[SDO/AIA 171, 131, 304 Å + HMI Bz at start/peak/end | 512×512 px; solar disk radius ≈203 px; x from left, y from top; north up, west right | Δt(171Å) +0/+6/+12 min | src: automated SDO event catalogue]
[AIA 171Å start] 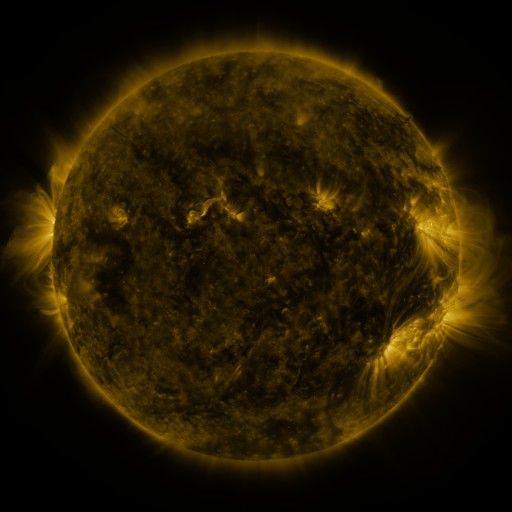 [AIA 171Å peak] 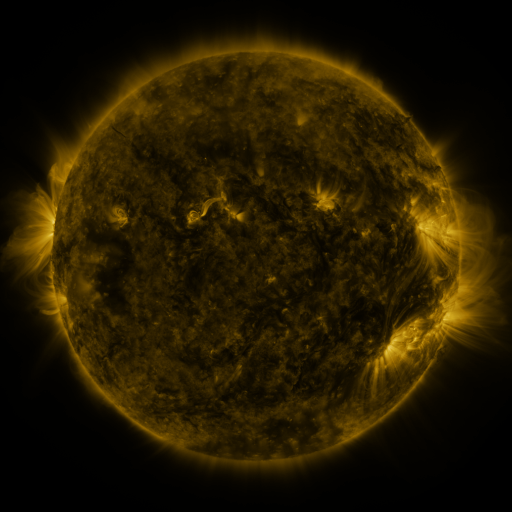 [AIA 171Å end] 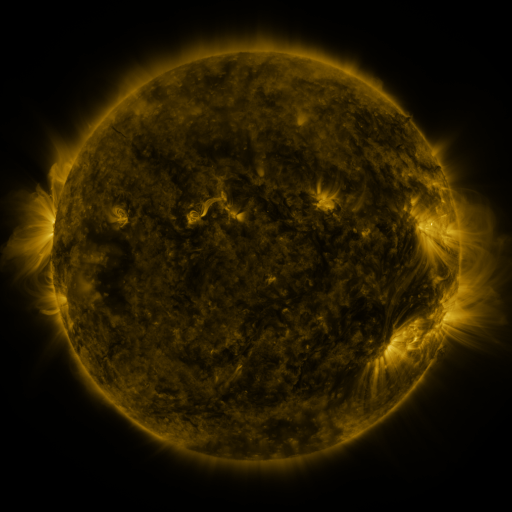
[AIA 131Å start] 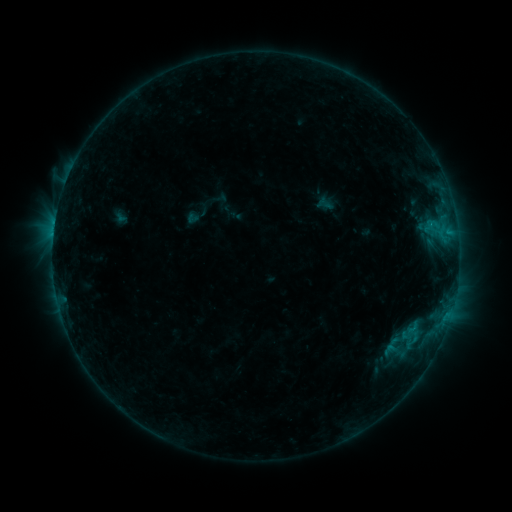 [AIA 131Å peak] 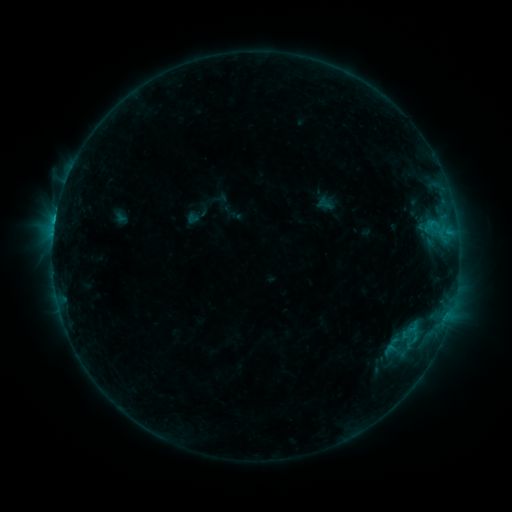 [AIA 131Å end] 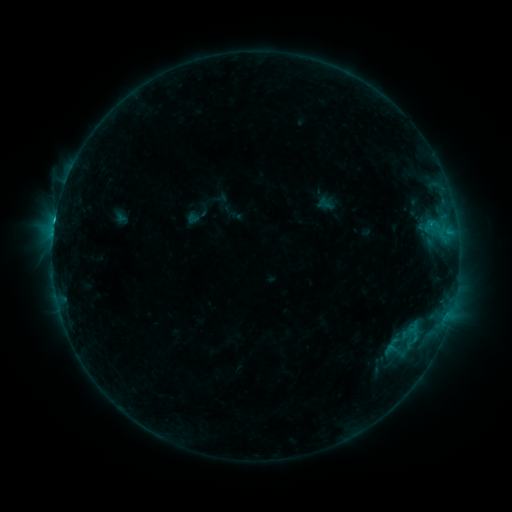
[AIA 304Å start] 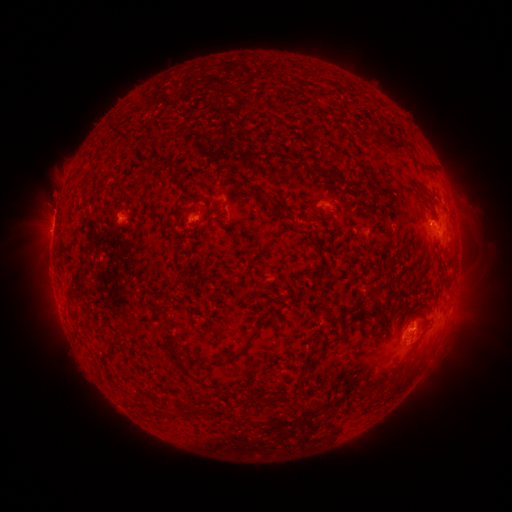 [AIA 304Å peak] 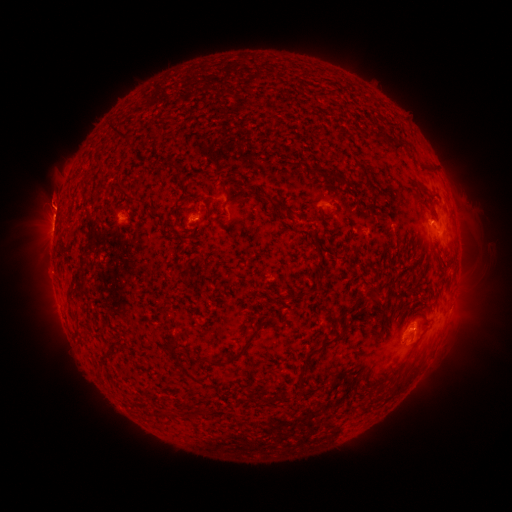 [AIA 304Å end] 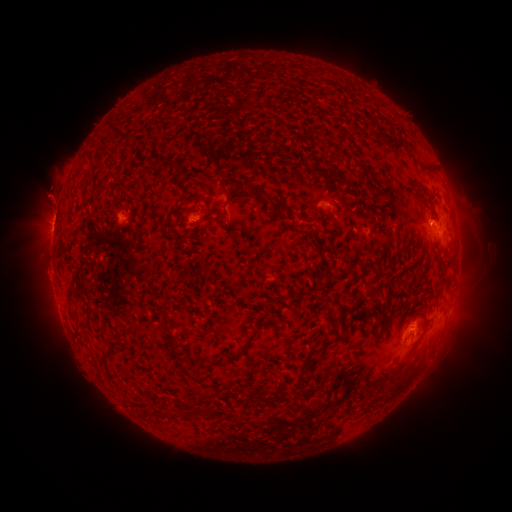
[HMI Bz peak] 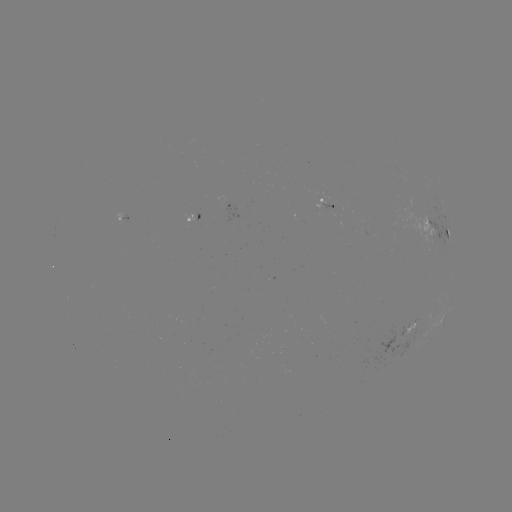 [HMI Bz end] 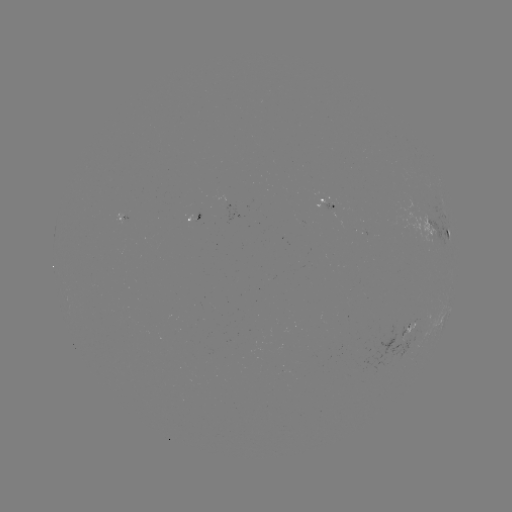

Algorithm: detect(C1.9 flare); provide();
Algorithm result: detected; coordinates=198,222